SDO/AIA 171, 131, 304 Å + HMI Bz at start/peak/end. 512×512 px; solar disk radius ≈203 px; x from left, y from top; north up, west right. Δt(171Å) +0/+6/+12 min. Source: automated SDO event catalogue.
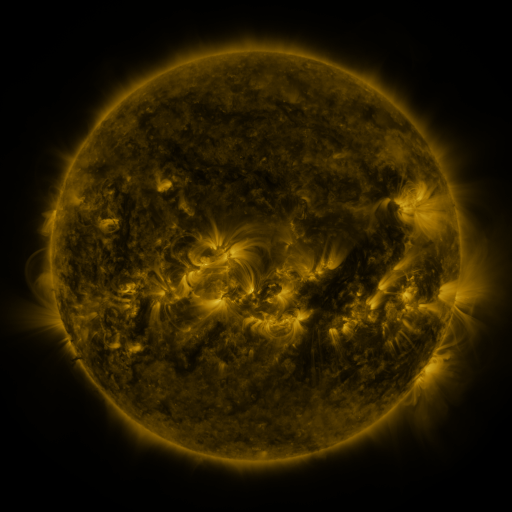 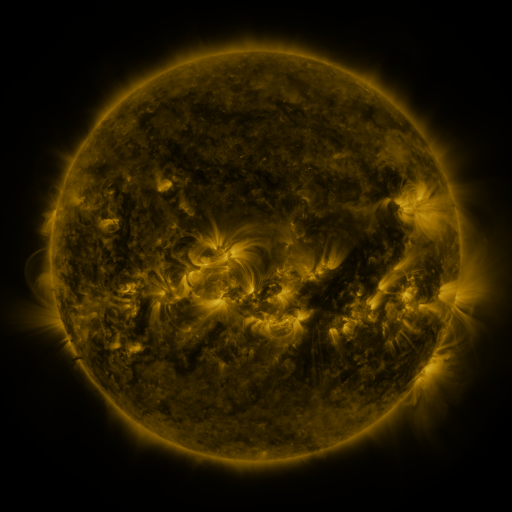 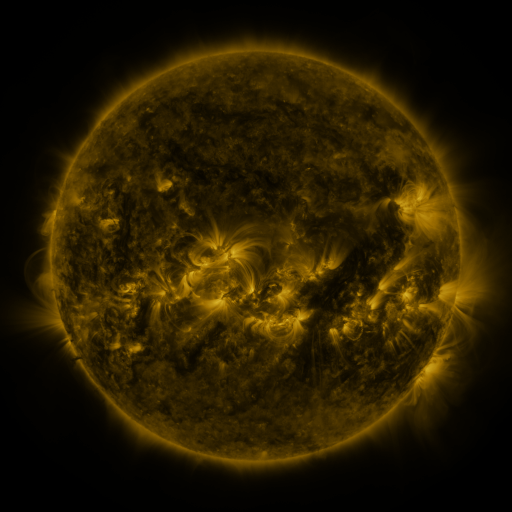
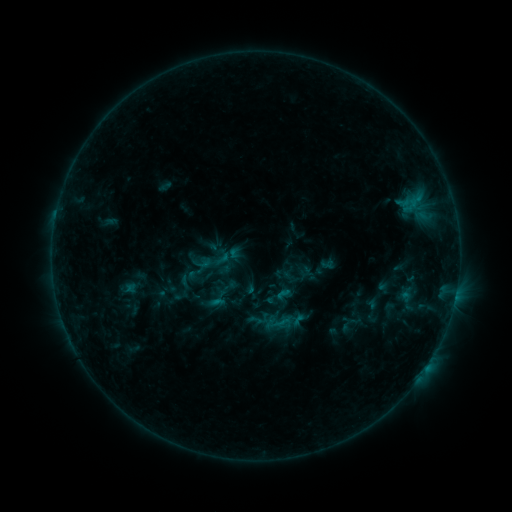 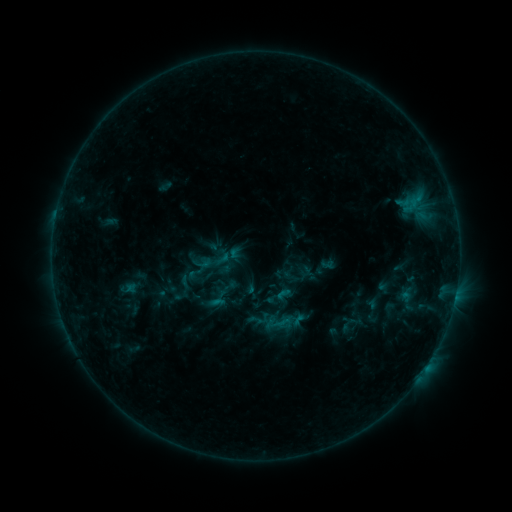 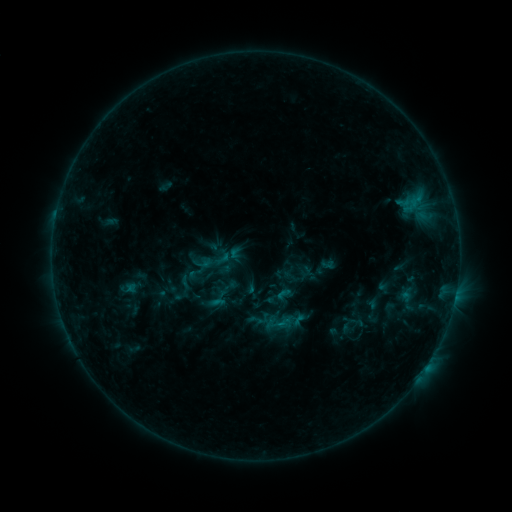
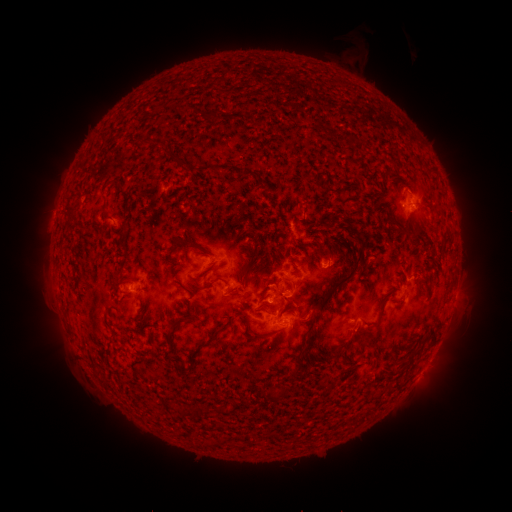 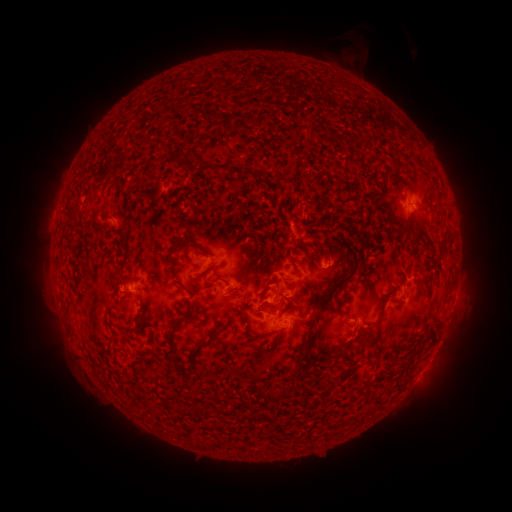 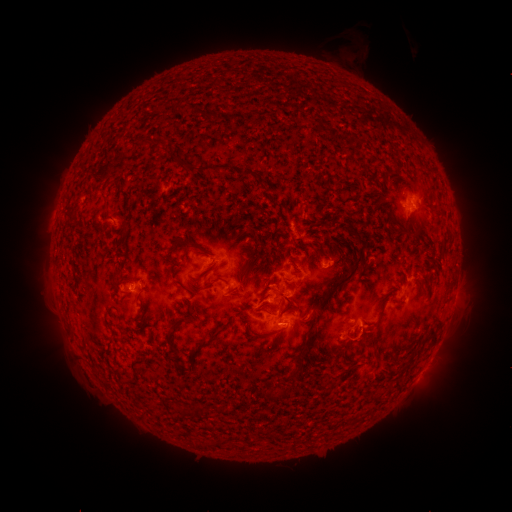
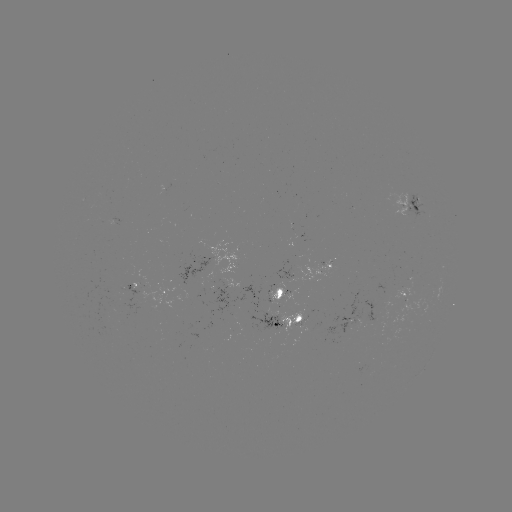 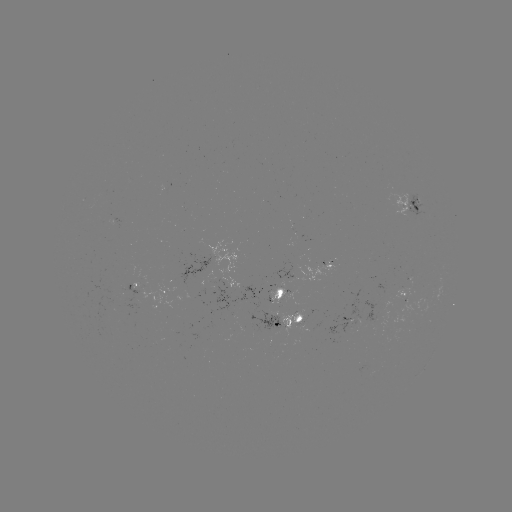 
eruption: [347, 314, 391, 364]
